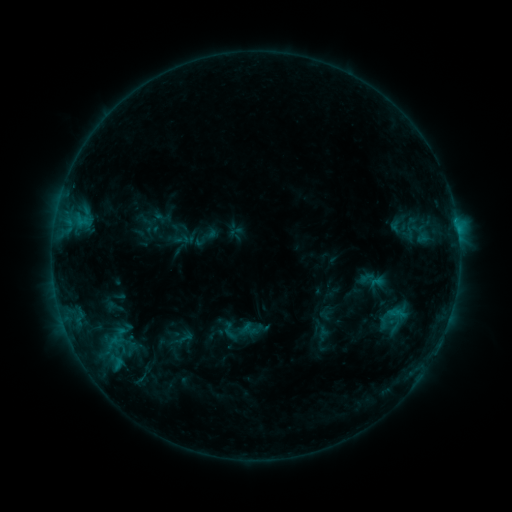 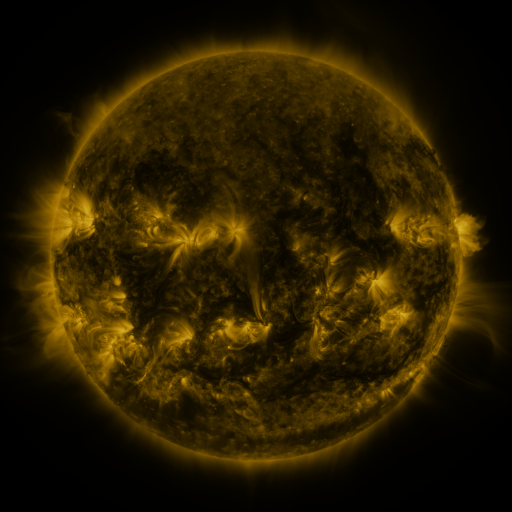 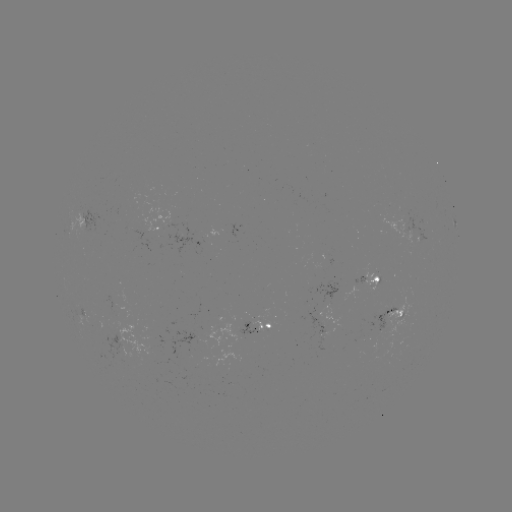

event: sigmoid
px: (230, 331)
